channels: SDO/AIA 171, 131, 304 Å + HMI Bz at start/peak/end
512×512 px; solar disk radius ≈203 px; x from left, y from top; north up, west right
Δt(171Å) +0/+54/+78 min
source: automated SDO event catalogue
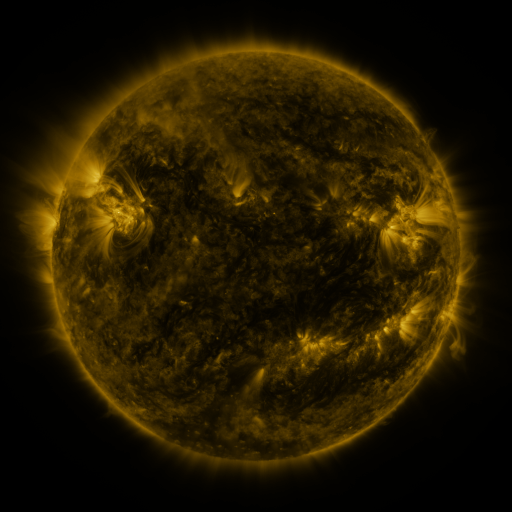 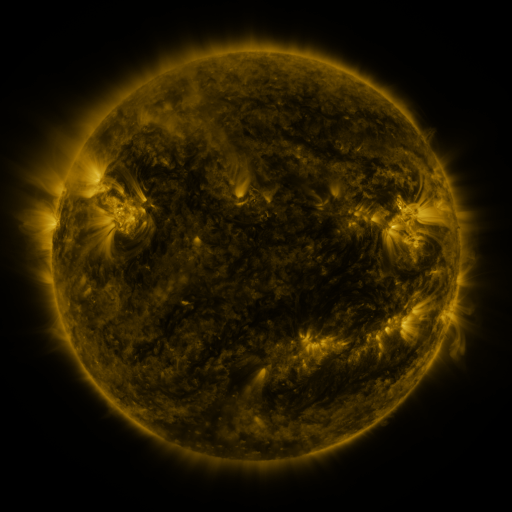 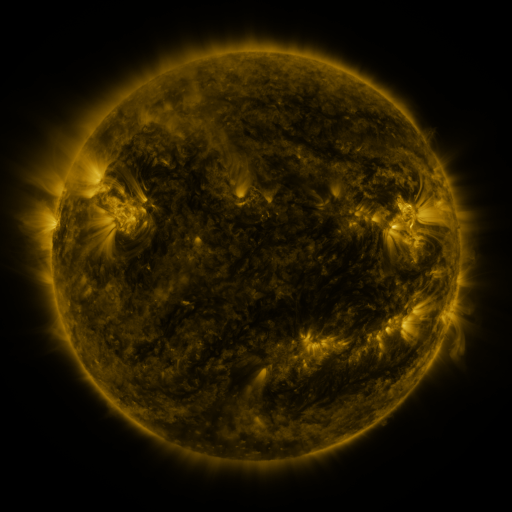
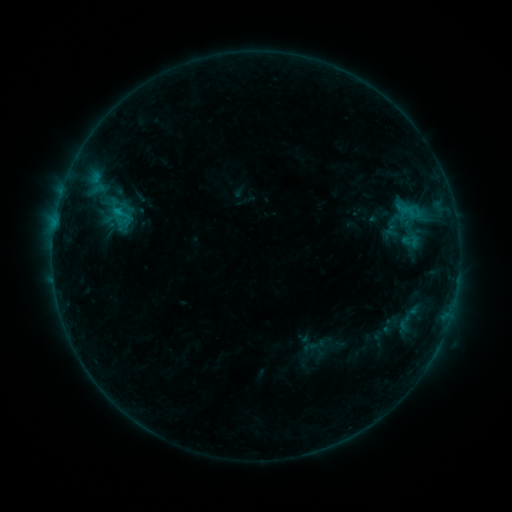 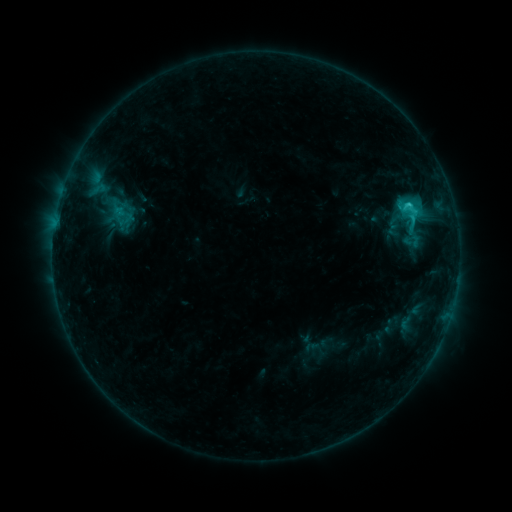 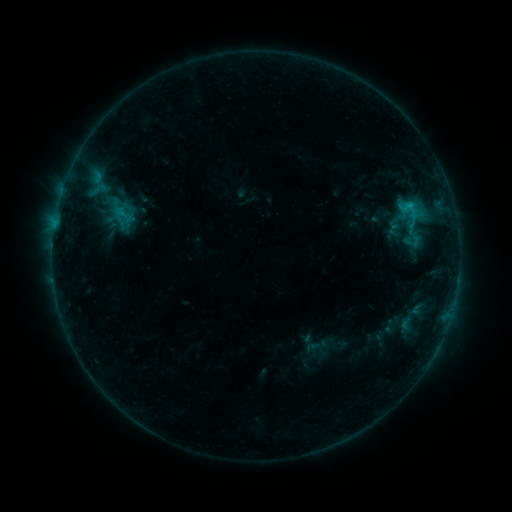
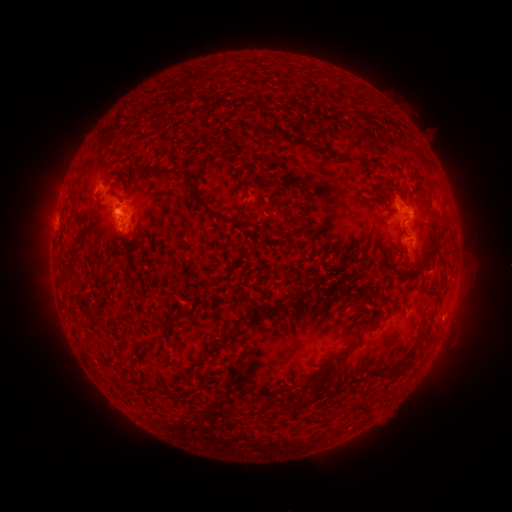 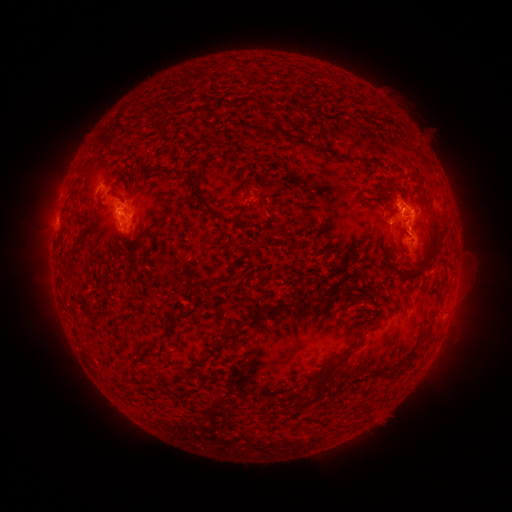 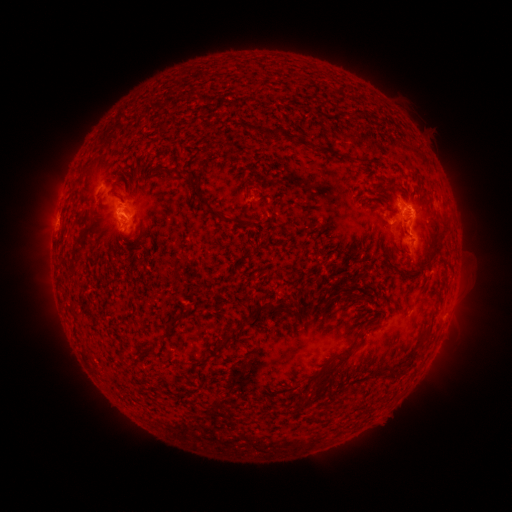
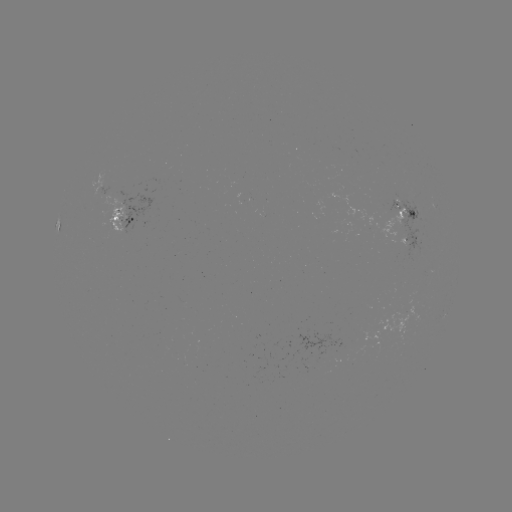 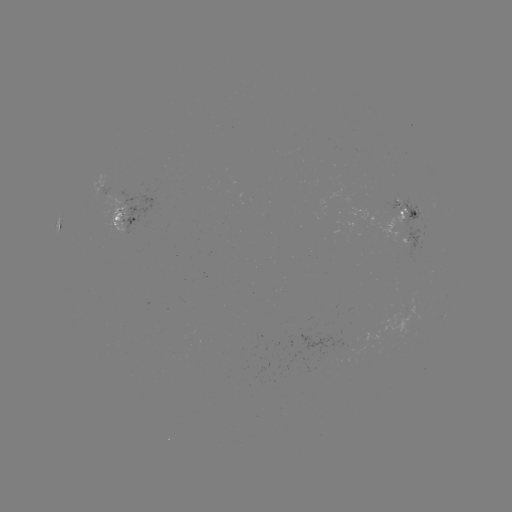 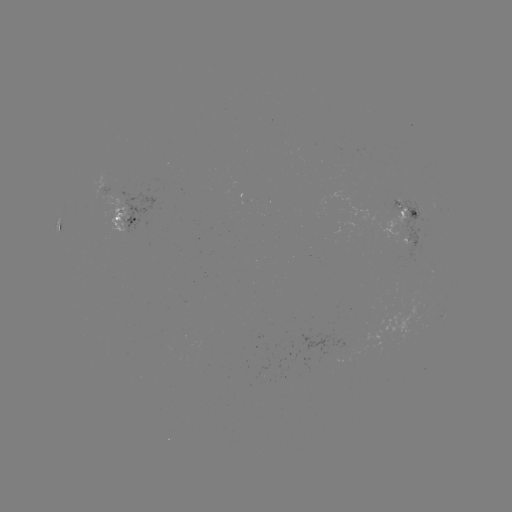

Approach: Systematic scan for C2.1 flare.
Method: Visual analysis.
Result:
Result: C2.1 flare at [408, 207].